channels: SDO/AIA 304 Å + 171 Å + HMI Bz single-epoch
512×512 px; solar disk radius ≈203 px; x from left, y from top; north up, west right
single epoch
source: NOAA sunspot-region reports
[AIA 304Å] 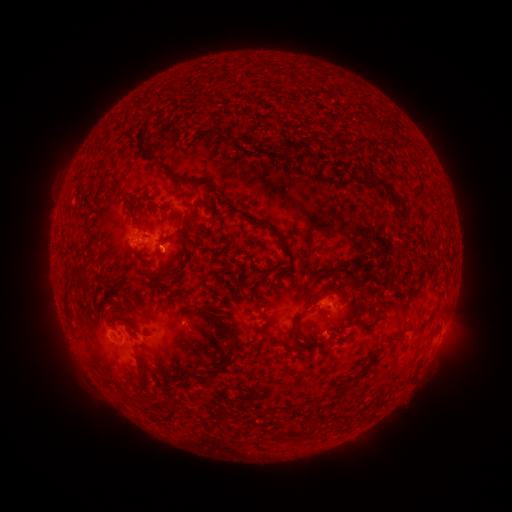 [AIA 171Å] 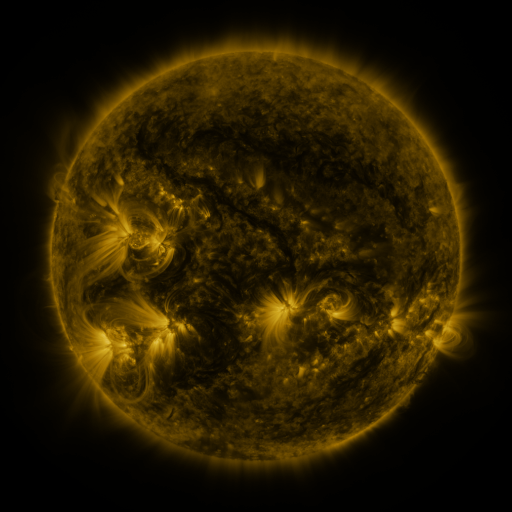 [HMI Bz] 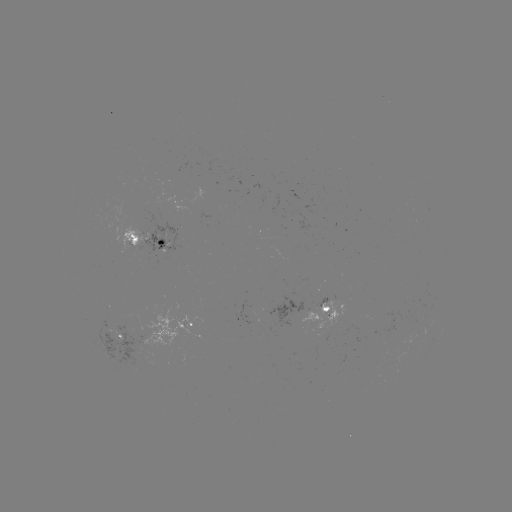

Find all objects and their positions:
spotted active region: (155, 240)
spotted active region: (331, 308)
spotted active region: (198, 326)
spotted active region: (118, 337)
